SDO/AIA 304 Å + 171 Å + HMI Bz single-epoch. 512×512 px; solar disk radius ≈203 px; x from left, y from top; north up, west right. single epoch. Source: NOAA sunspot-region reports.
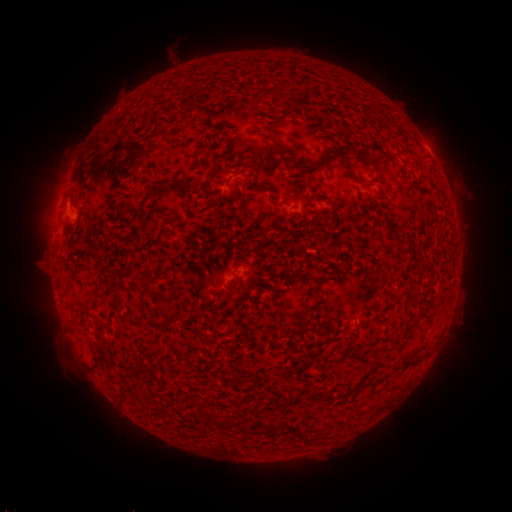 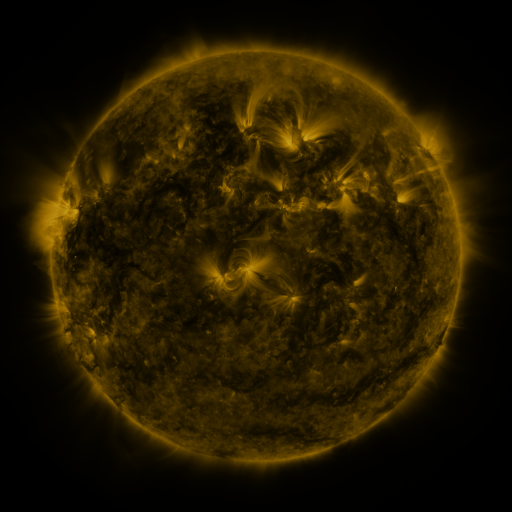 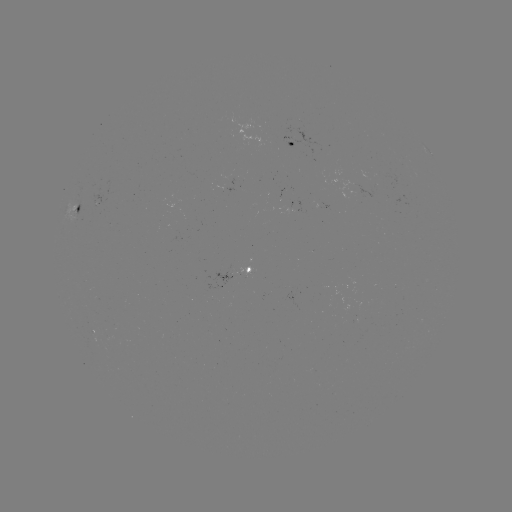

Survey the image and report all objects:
spotted active region: (293, 142)
spotted active region: (432, 157)
spotted active region: (81, 203)
spotted active region: (238, 274)
spotted active region: (92, 325)
